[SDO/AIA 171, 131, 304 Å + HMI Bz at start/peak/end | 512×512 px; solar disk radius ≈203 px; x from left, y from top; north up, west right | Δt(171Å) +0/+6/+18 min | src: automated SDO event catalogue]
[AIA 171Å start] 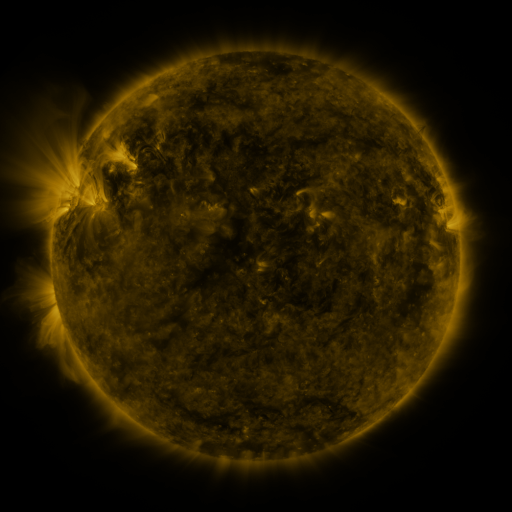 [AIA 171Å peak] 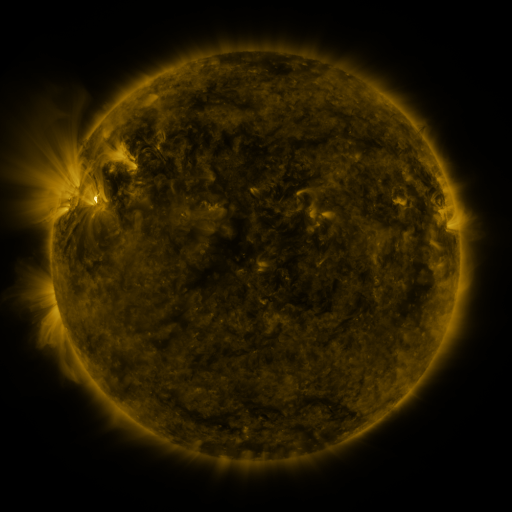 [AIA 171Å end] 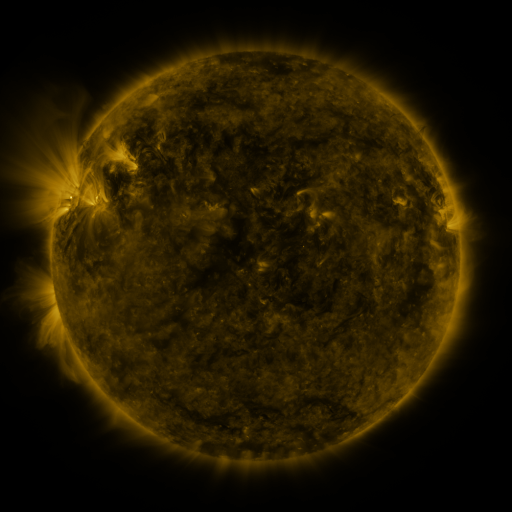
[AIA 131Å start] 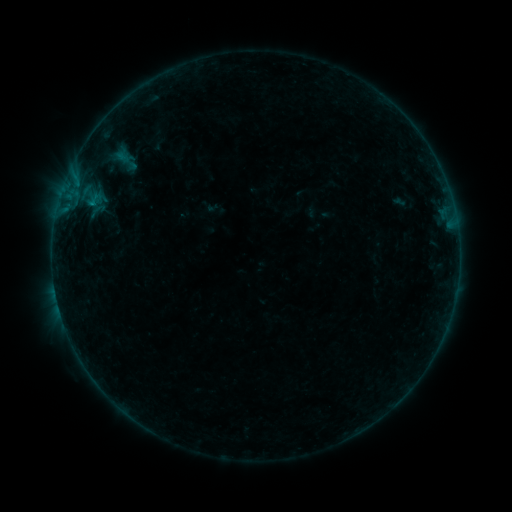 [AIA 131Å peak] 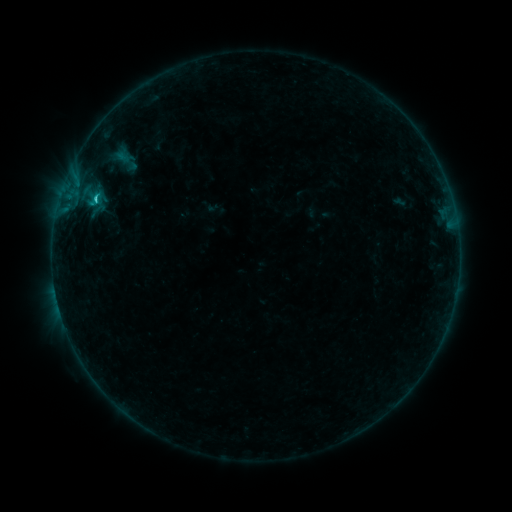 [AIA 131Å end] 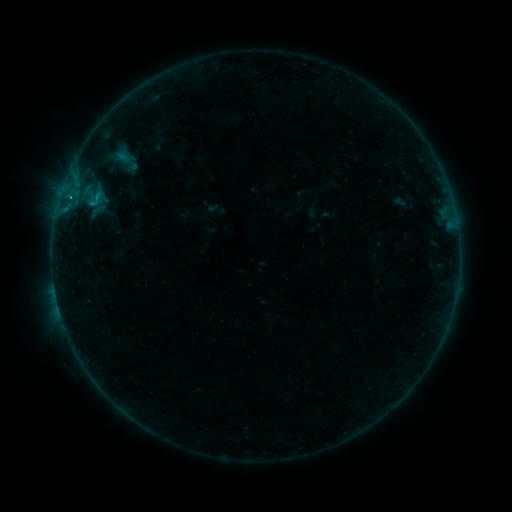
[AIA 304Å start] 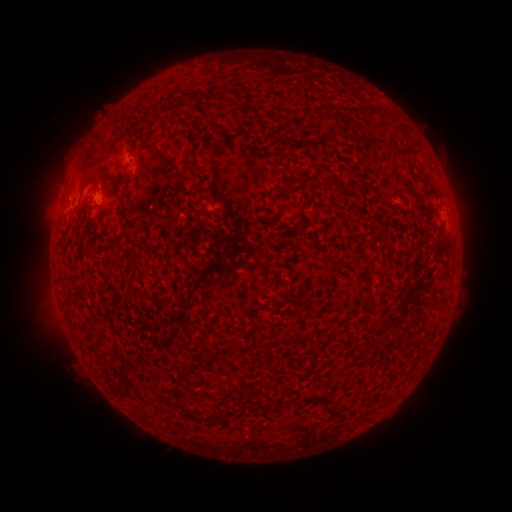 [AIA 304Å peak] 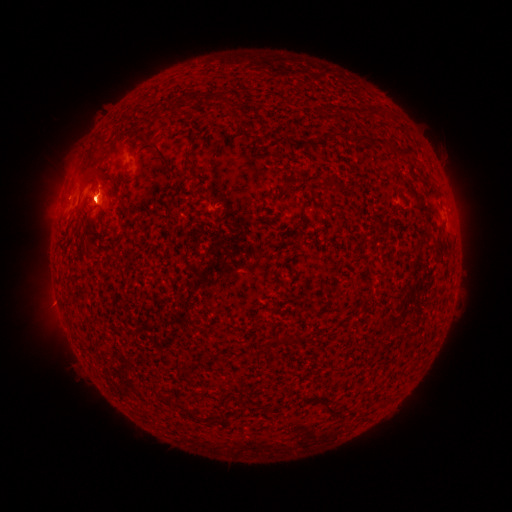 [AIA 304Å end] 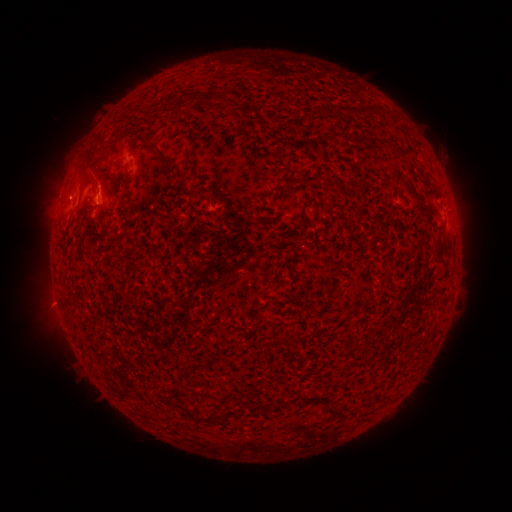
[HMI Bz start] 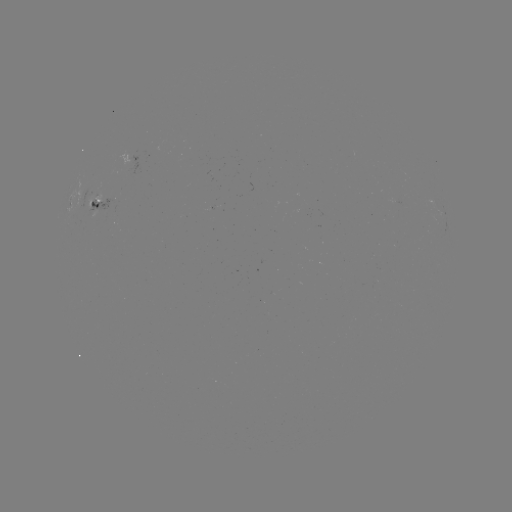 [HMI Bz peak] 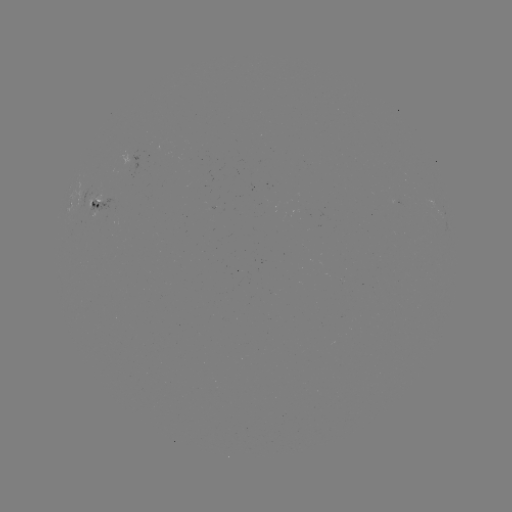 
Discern B8.0 flare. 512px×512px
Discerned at [97, 199].